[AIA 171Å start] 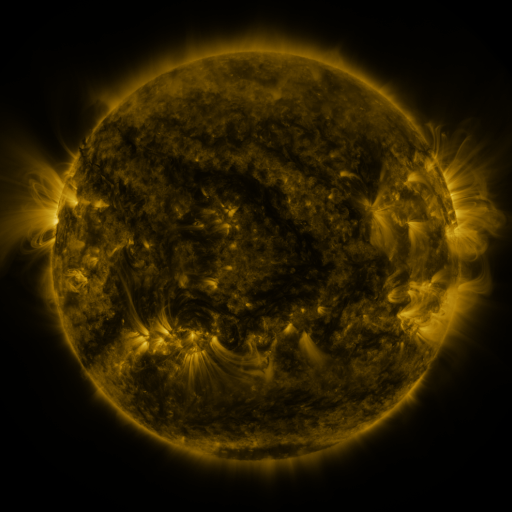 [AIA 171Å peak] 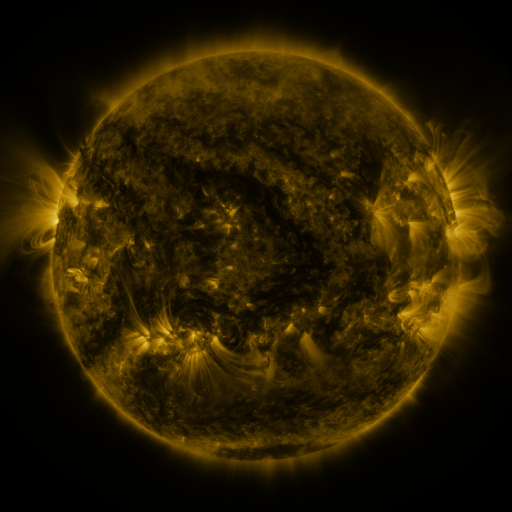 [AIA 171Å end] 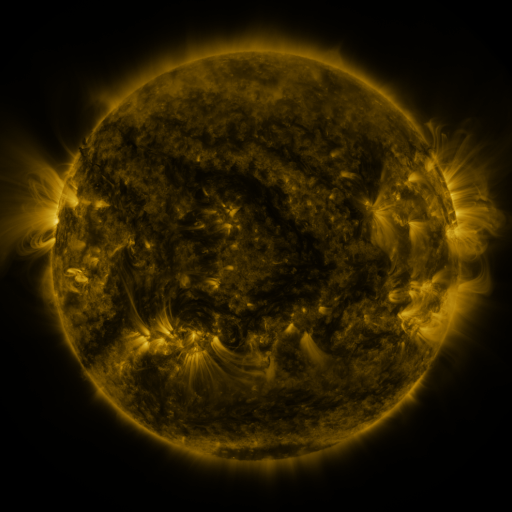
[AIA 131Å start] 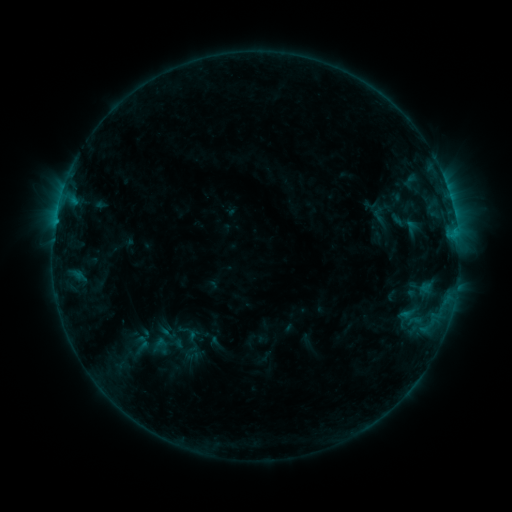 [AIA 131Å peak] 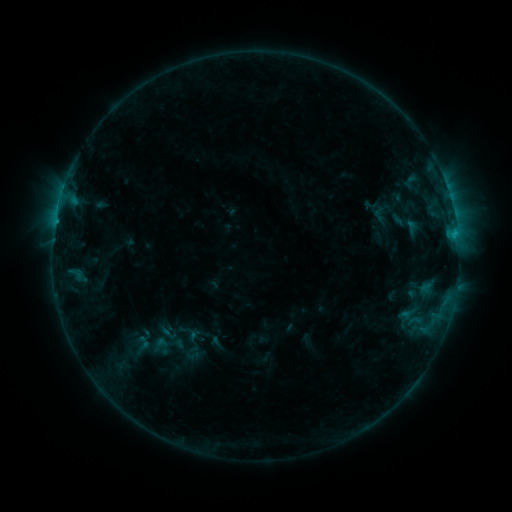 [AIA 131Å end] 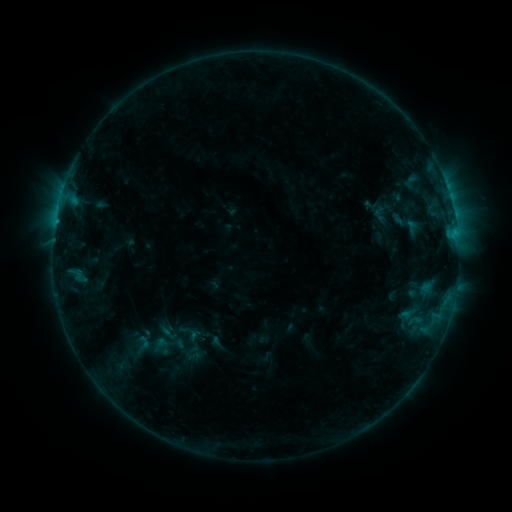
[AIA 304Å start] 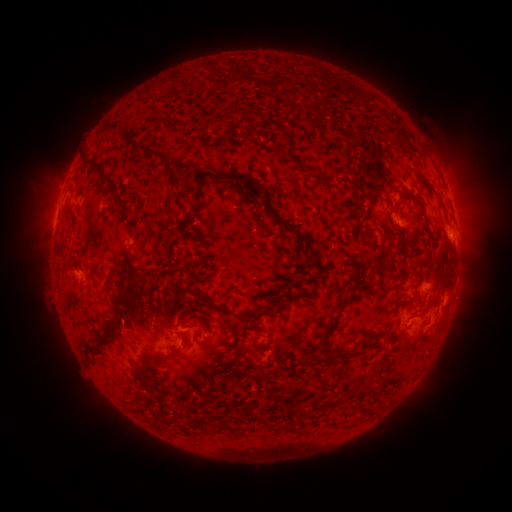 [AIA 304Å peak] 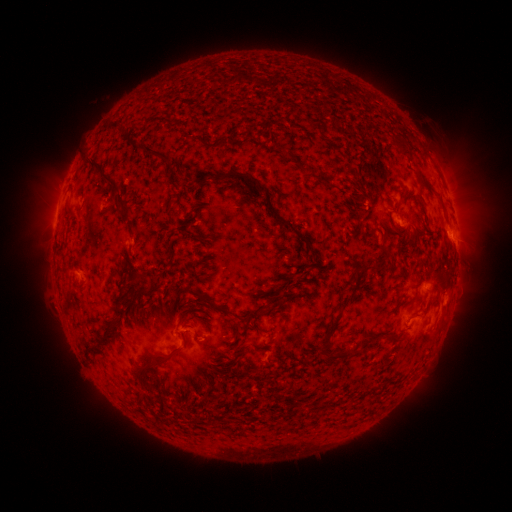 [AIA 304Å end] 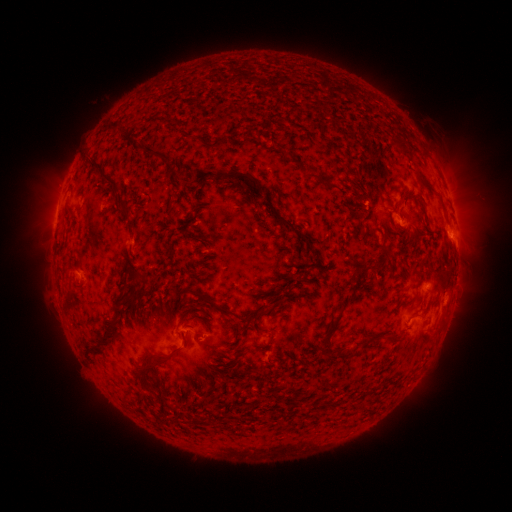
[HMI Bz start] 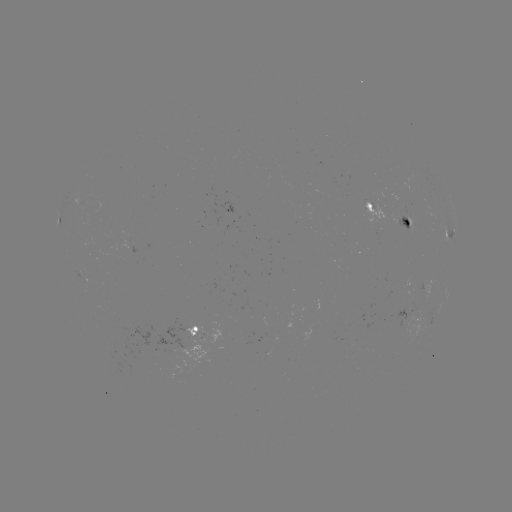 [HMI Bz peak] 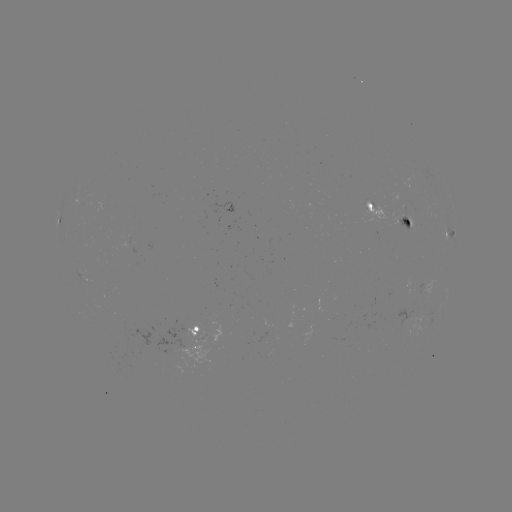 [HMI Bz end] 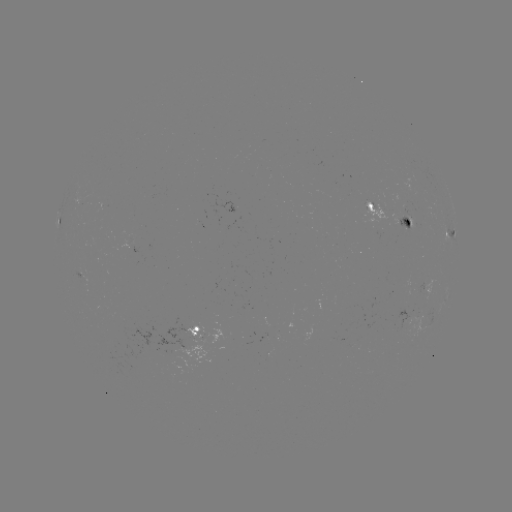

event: flare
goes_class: B6.9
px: (453, 237)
